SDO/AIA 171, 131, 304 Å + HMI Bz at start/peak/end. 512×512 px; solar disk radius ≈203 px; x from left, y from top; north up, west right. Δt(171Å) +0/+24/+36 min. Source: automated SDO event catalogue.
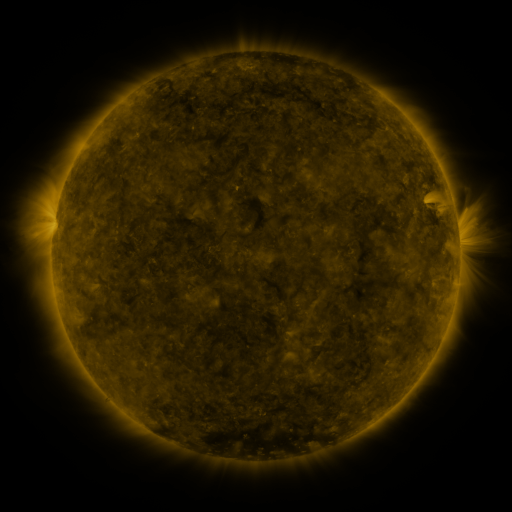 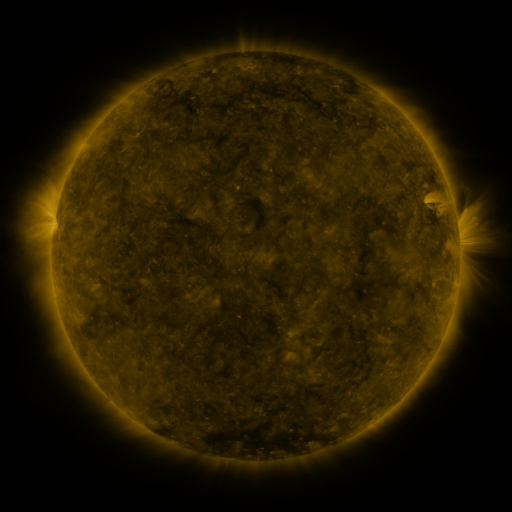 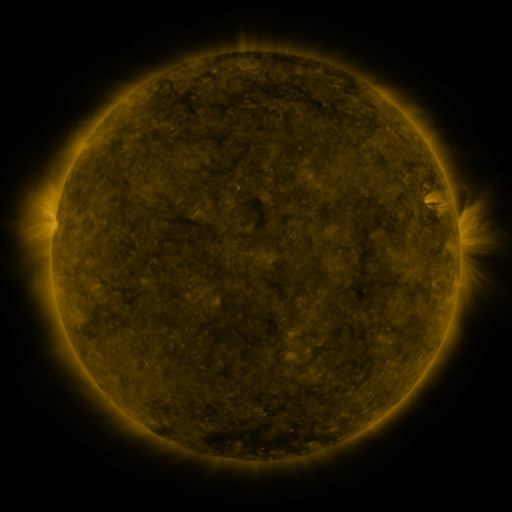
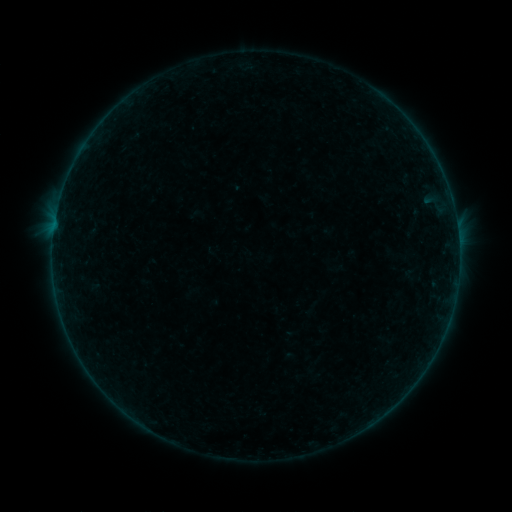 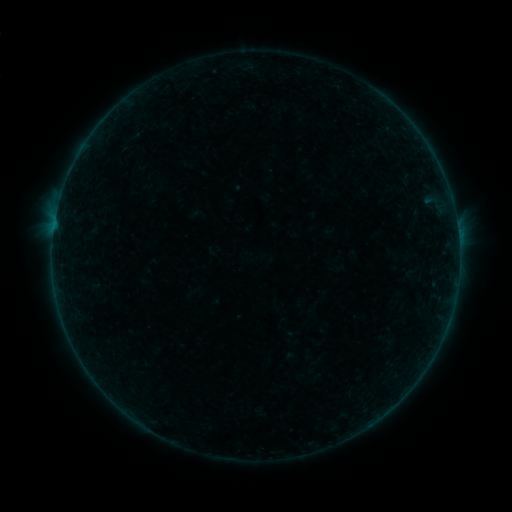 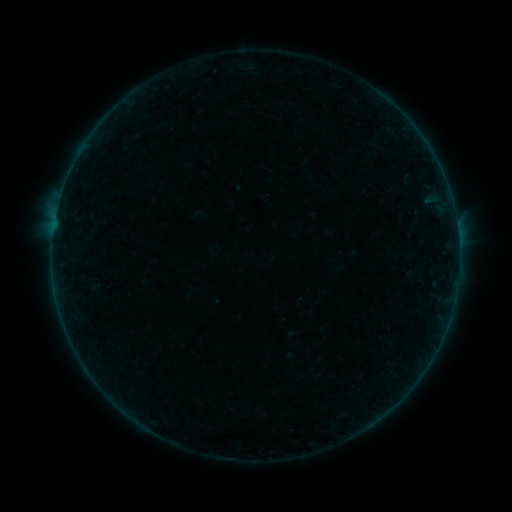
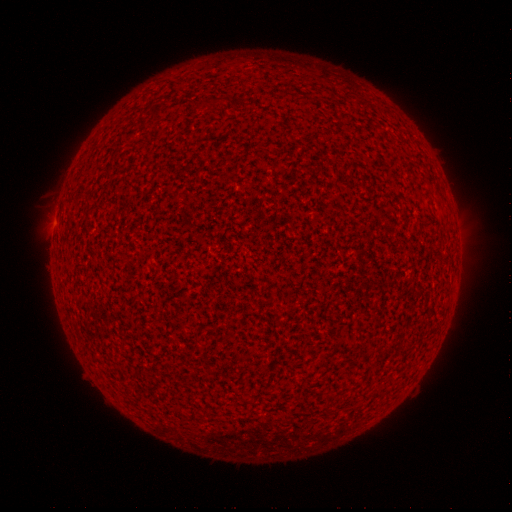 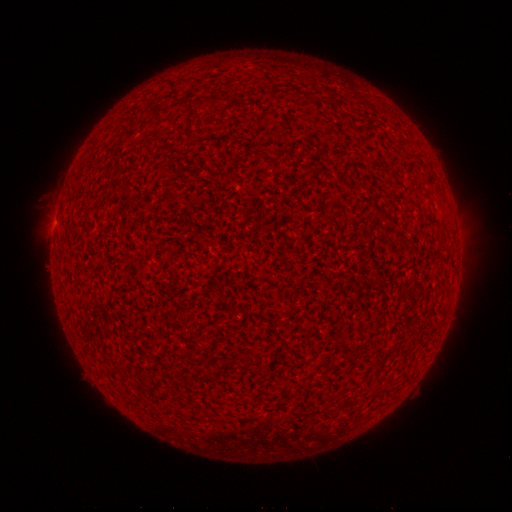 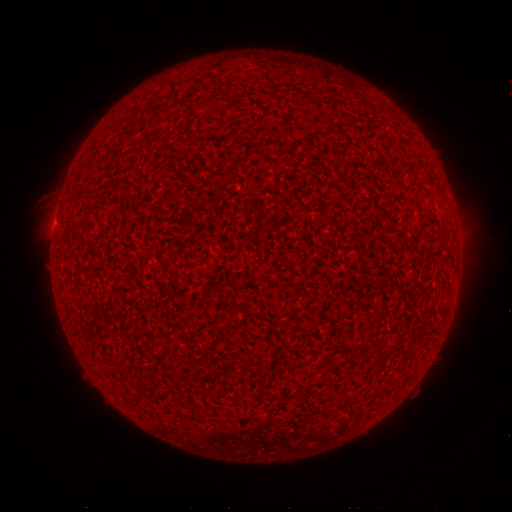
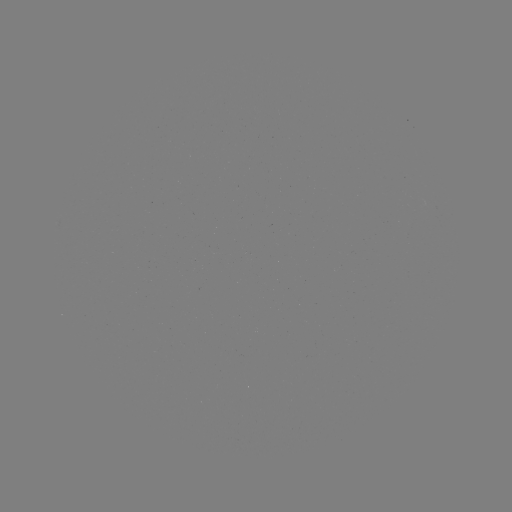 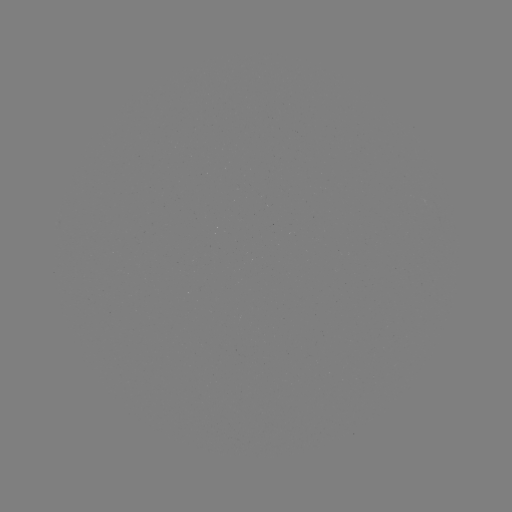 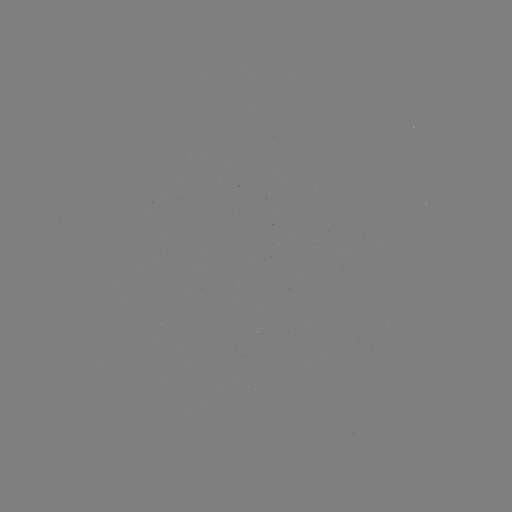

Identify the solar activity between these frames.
B1.5 flare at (458, 238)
